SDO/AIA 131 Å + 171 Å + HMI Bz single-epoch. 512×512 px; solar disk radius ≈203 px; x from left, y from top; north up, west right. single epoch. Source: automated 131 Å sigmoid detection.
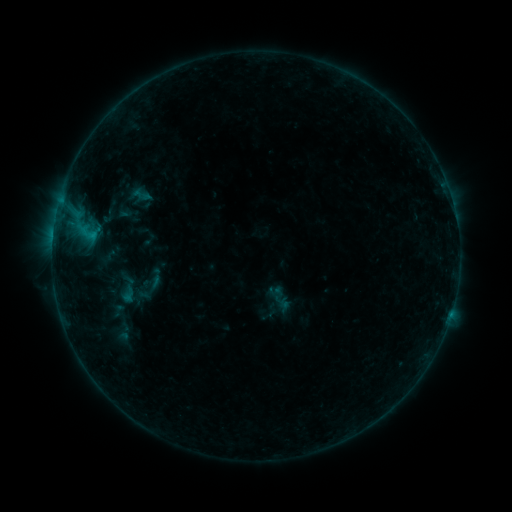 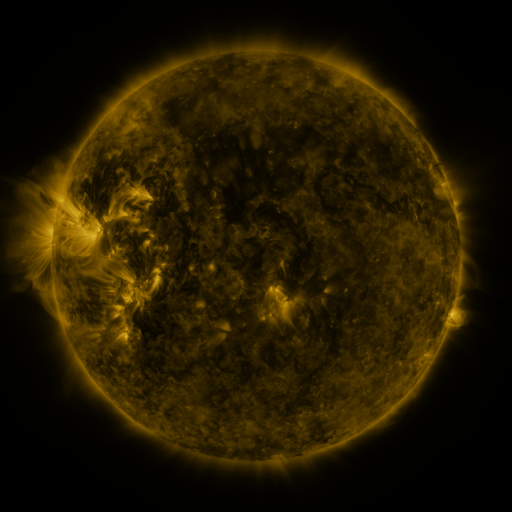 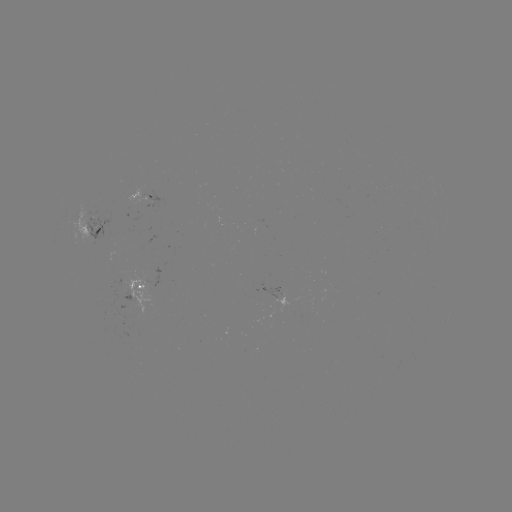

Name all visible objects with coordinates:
sigmoid: <bbox>132, 184, 151, 205</bbox>
